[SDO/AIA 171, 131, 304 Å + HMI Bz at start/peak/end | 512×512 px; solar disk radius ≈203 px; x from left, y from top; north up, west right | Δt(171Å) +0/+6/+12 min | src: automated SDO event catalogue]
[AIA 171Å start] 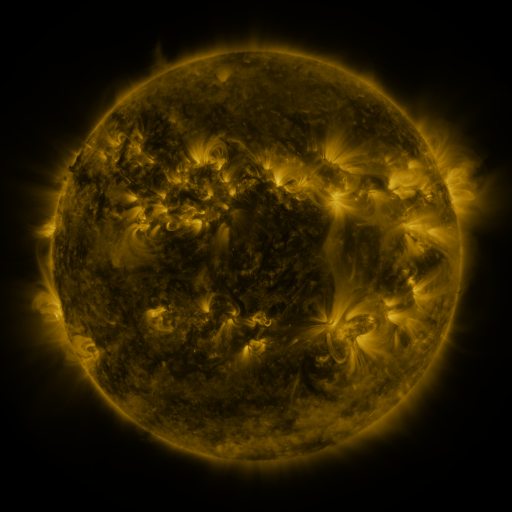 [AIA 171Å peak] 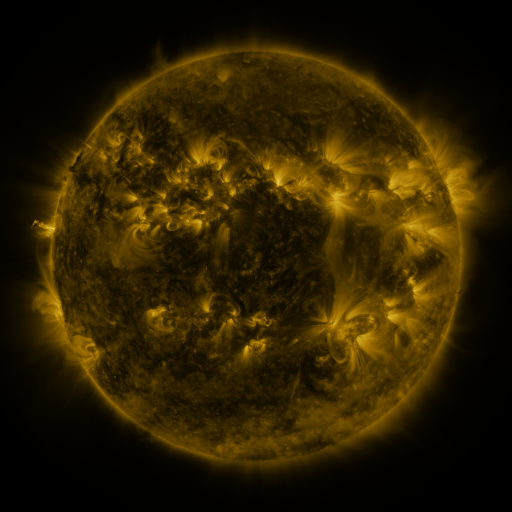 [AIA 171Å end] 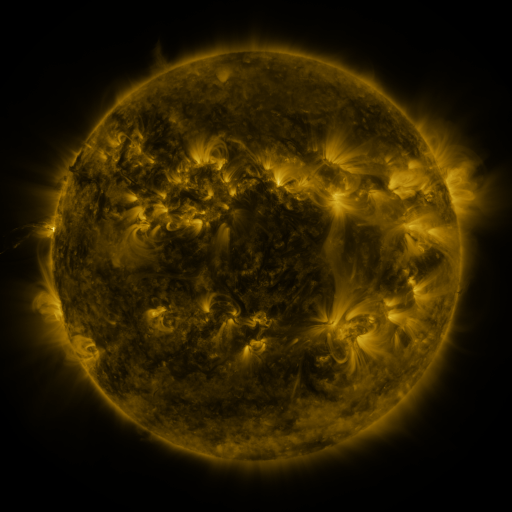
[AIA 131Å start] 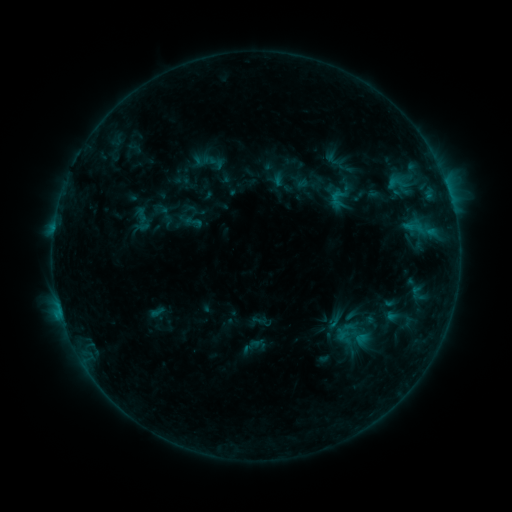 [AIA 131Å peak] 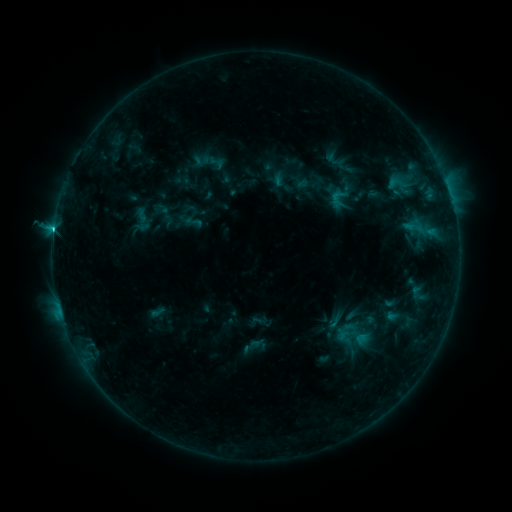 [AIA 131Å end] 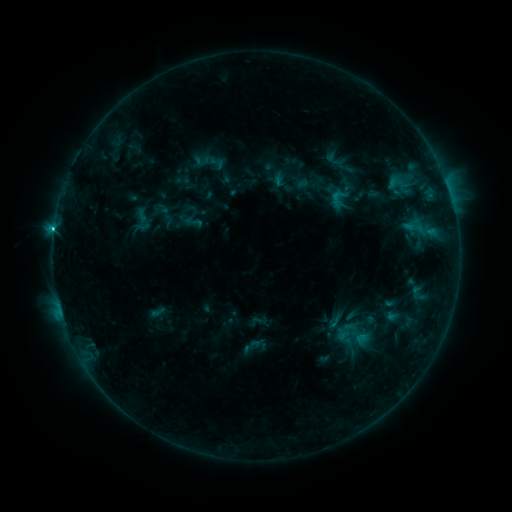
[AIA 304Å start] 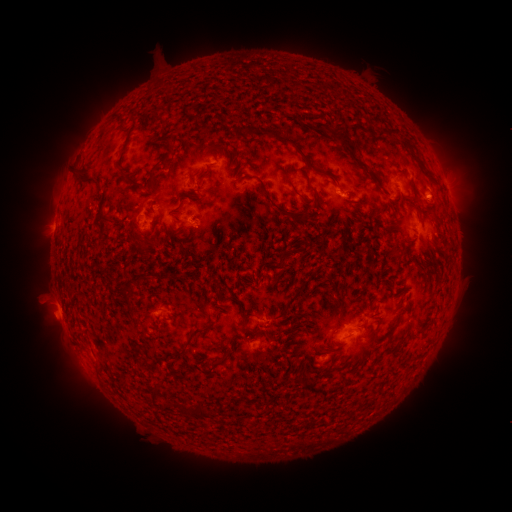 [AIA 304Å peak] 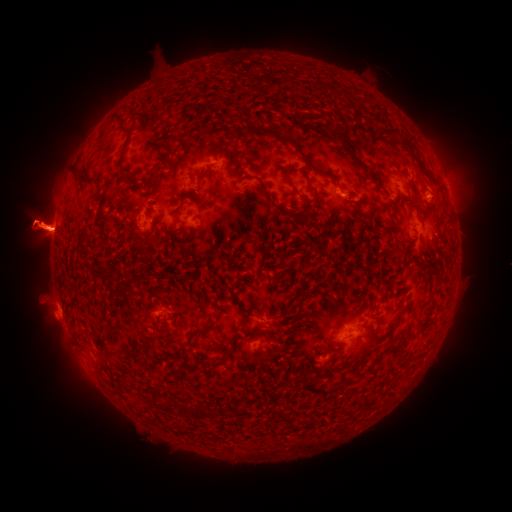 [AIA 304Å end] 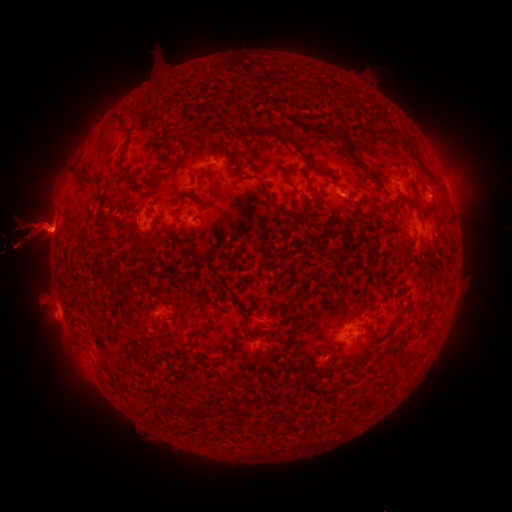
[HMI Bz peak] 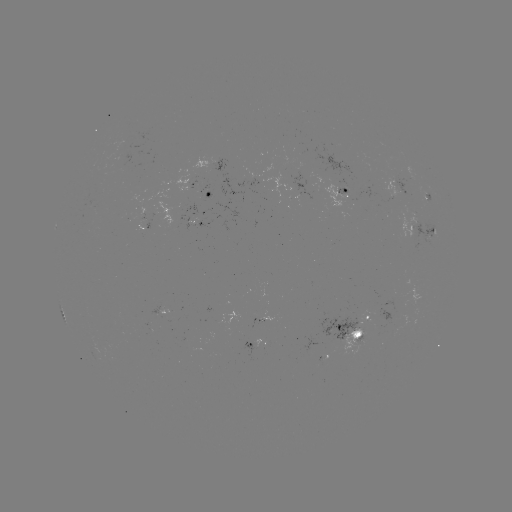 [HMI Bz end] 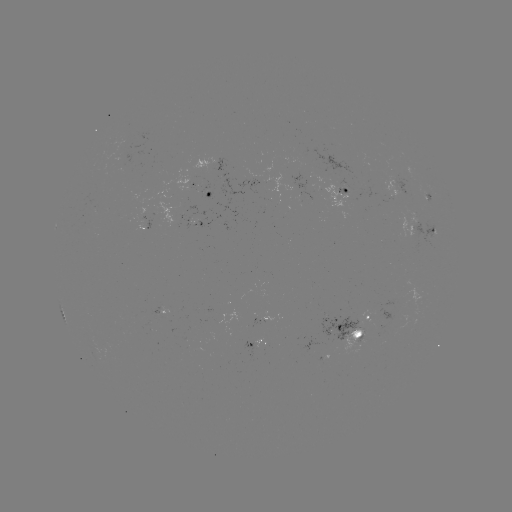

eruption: <bbox>0, 128, 126, 317</bbox>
